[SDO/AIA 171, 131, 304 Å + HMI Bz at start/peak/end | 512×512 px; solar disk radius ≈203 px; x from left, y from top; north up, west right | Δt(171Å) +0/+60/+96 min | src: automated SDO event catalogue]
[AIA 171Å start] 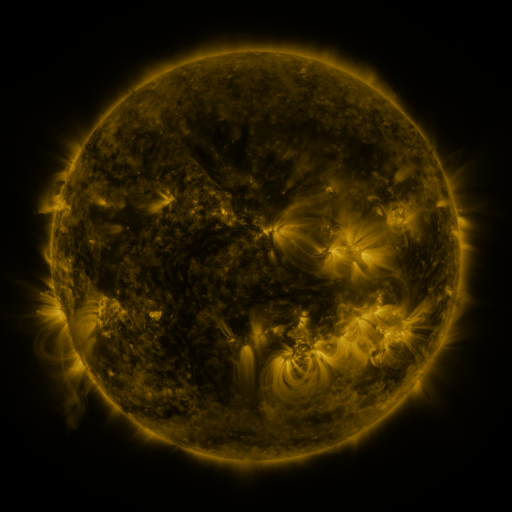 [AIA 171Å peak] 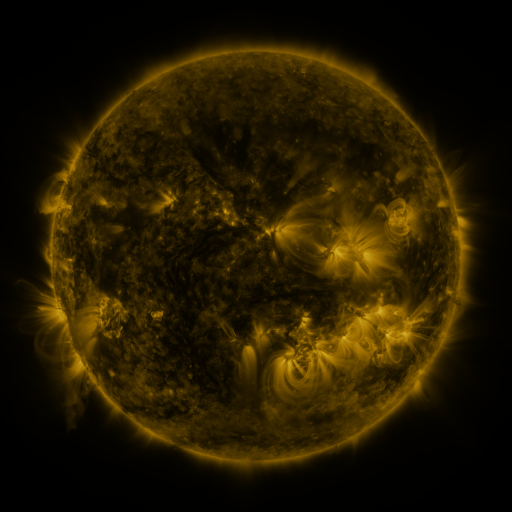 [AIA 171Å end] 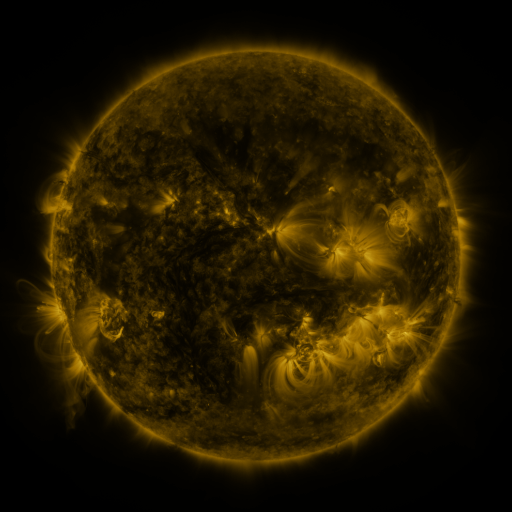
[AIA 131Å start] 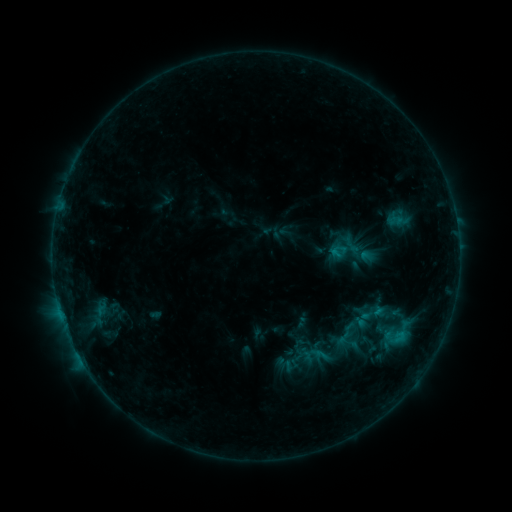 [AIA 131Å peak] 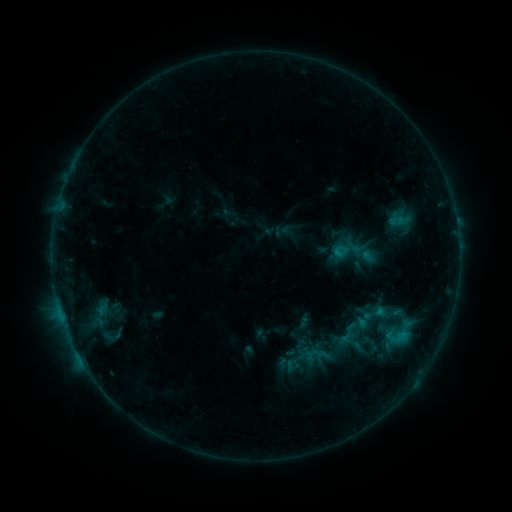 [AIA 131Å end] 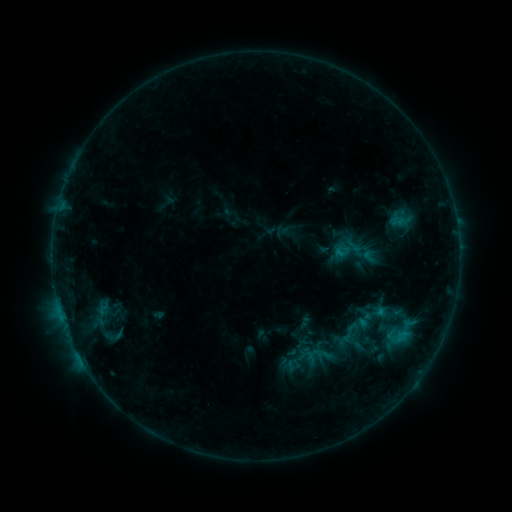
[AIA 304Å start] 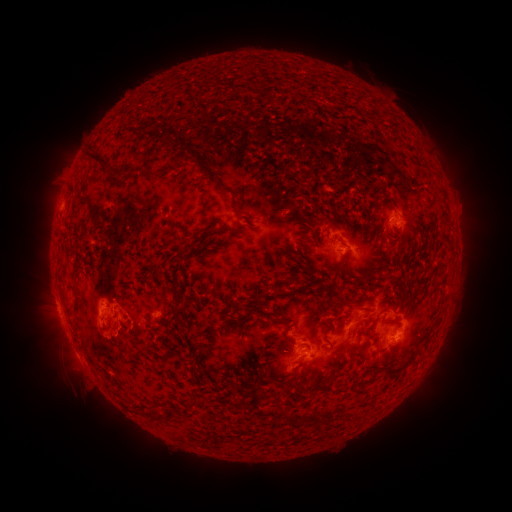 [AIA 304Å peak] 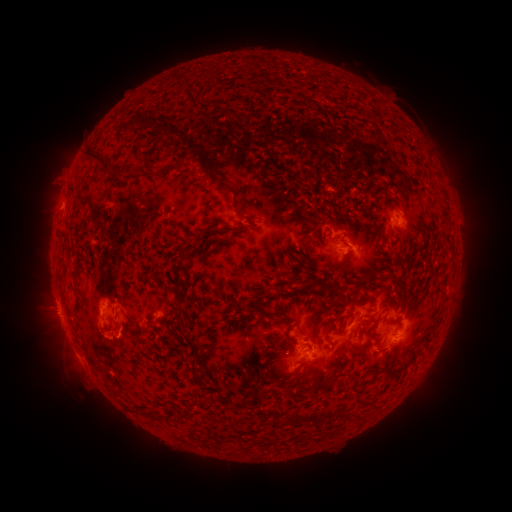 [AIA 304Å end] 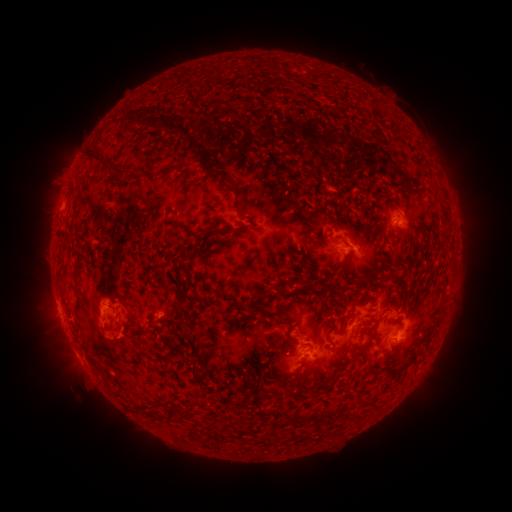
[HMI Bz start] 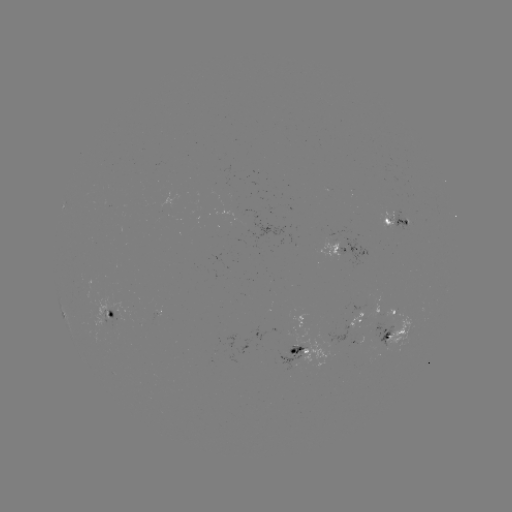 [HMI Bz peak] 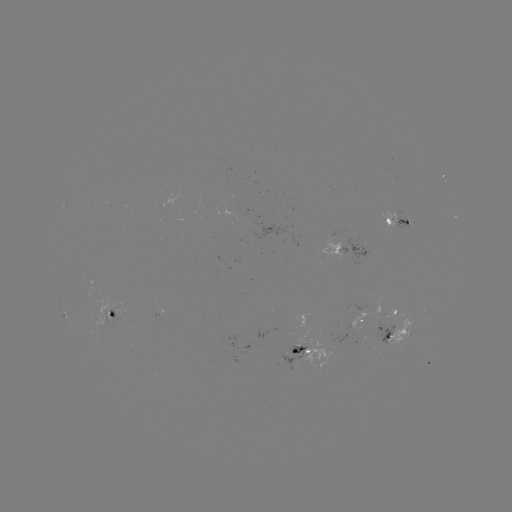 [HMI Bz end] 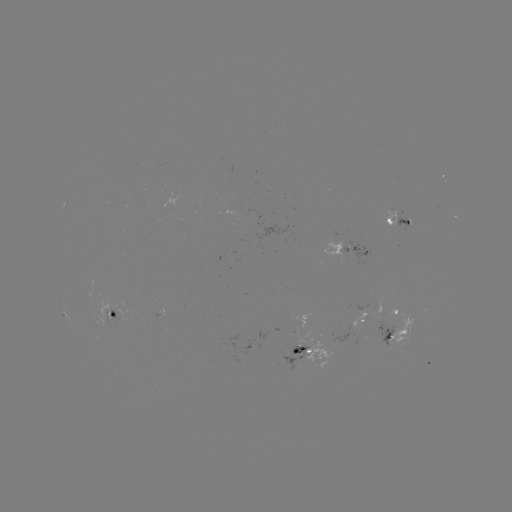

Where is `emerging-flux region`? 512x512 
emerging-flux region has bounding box [234, 210, 288, 249].